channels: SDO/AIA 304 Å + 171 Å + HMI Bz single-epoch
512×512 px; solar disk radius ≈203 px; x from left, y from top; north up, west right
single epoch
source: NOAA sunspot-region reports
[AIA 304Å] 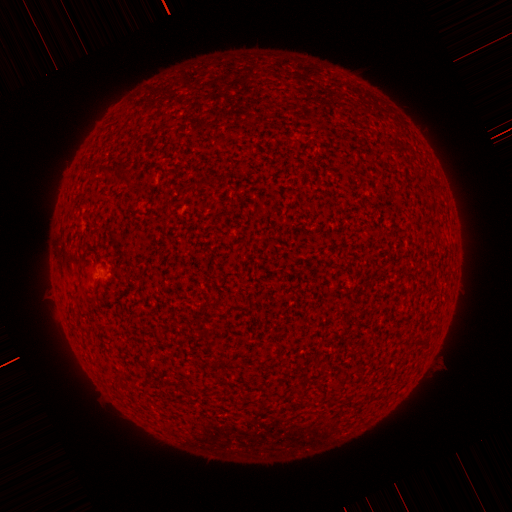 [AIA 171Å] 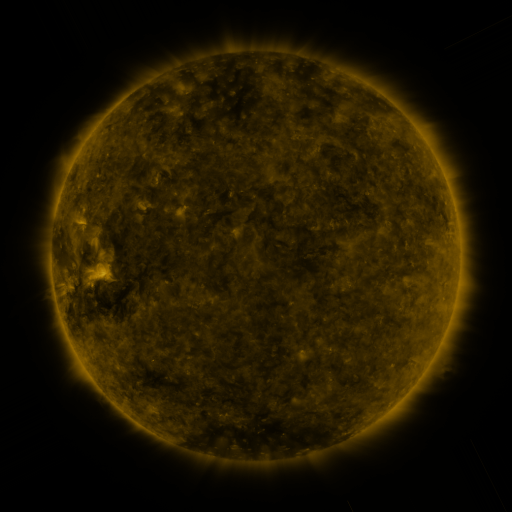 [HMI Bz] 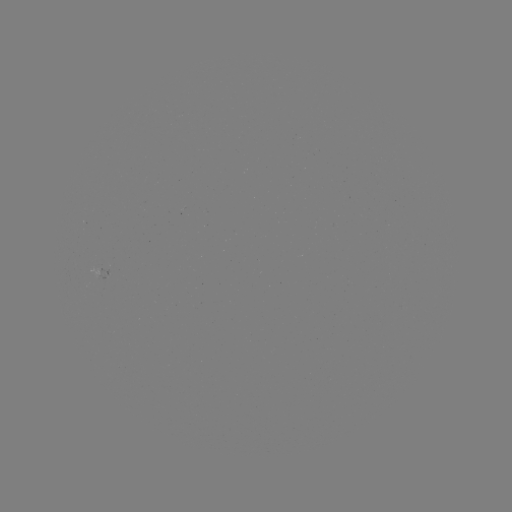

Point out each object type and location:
spotted active region: (108, 268)
